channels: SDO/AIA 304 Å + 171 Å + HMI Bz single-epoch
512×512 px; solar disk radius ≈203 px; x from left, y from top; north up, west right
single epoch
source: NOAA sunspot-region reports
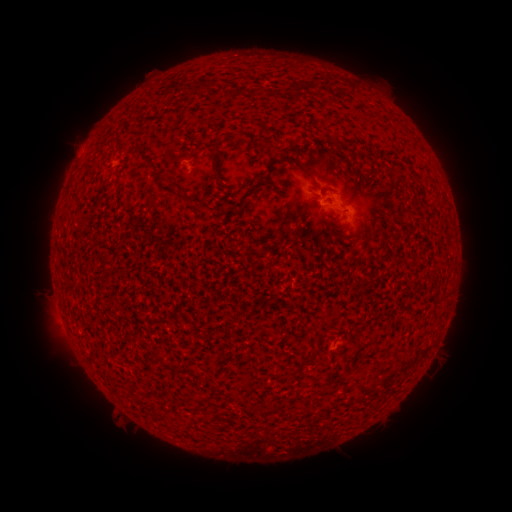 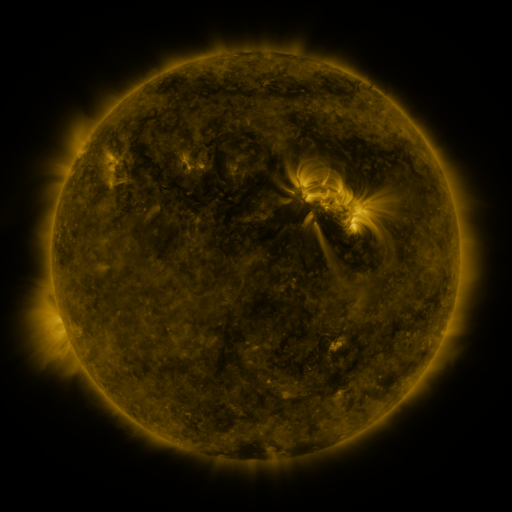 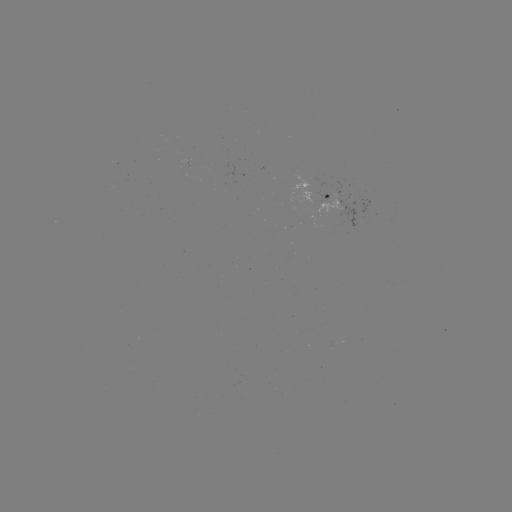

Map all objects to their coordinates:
spotted active region: (318, 200)
